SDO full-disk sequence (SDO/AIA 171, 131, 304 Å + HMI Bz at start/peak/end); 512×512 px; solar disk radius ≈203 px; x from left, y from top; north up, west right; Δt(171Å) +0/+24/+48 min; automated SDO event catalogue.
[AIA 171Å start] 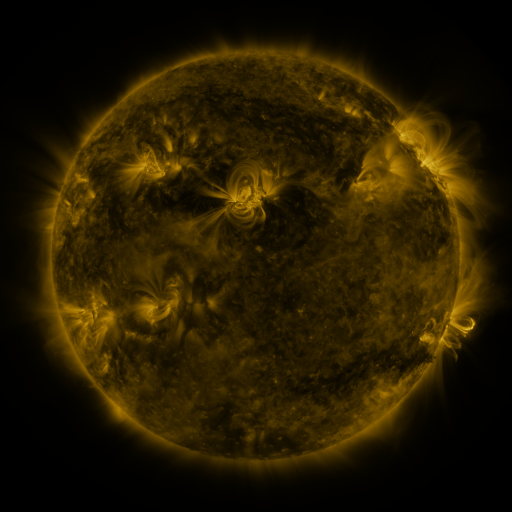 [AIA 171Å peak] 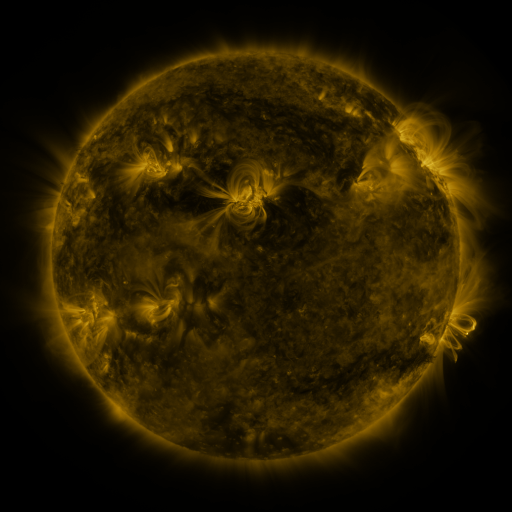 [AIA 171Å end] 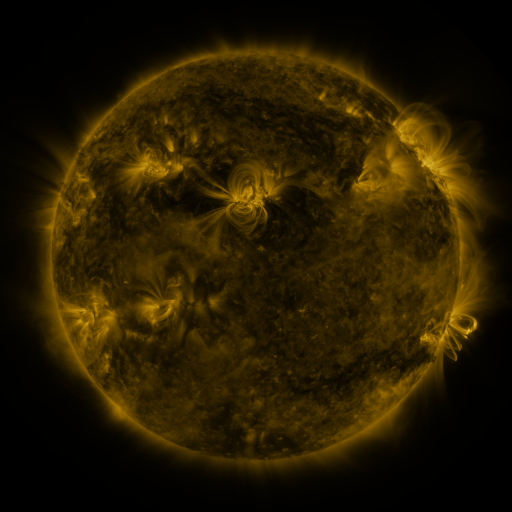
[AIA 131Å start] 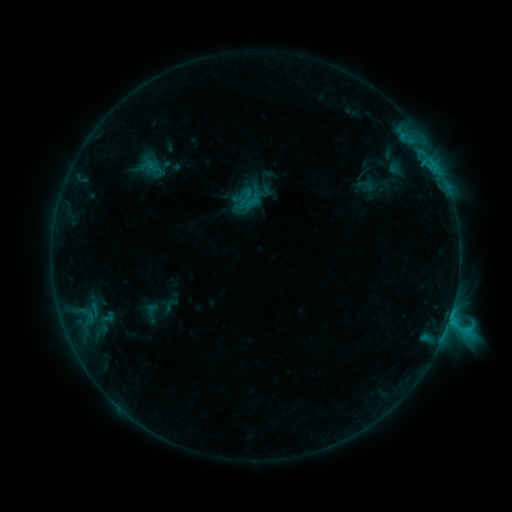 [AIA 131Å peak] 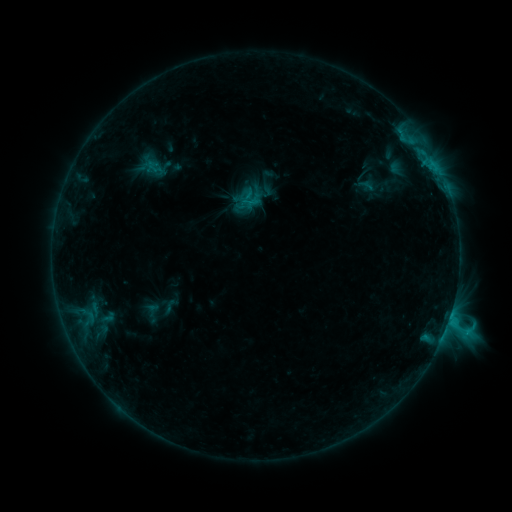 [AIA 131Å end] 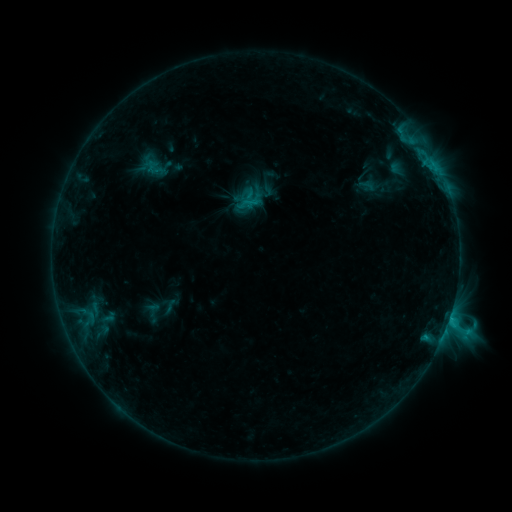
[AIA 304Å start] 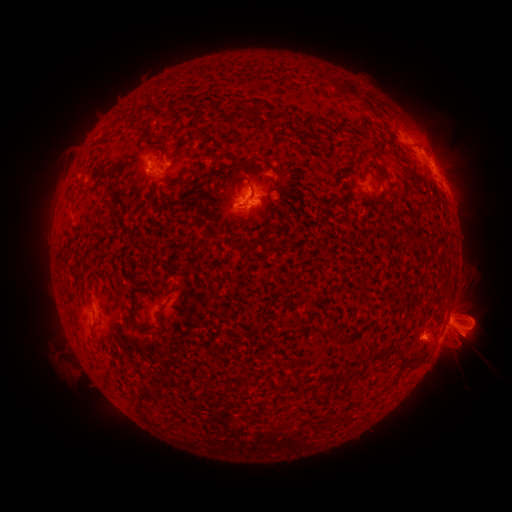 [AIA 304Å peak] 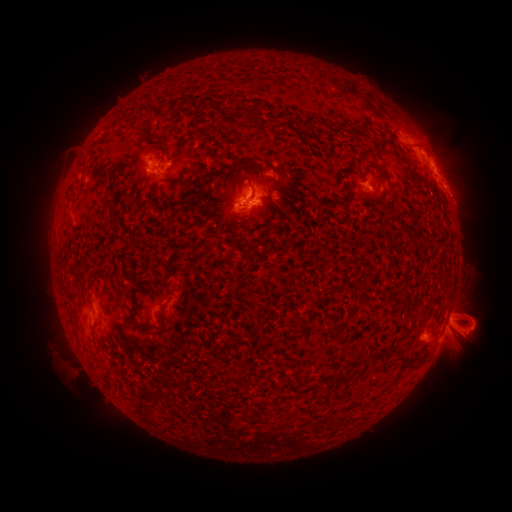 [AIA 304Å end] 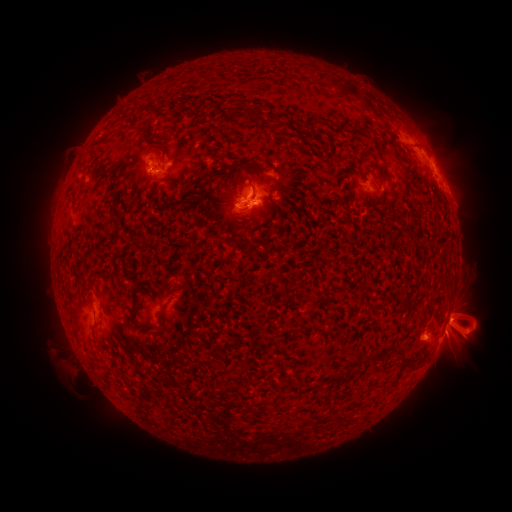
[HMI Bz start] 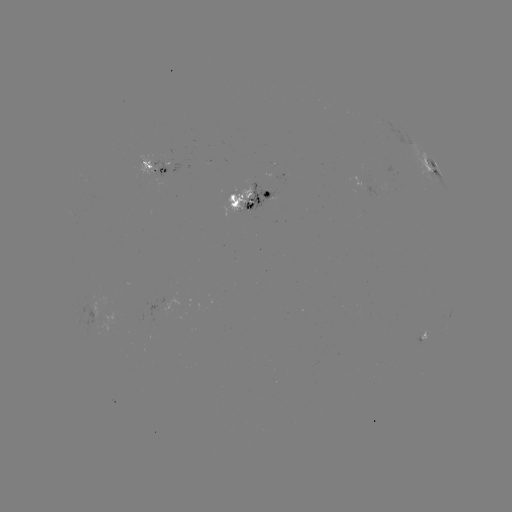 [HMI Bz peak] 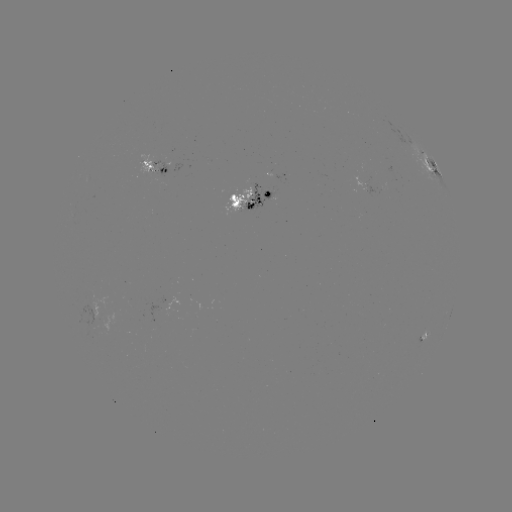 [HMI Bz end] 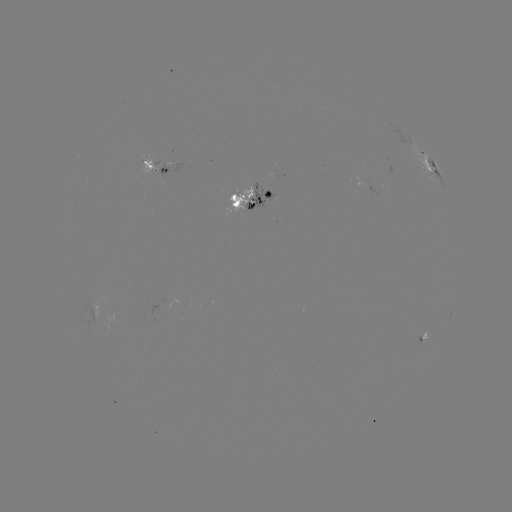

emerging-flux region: [140, 154, 154, 173]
